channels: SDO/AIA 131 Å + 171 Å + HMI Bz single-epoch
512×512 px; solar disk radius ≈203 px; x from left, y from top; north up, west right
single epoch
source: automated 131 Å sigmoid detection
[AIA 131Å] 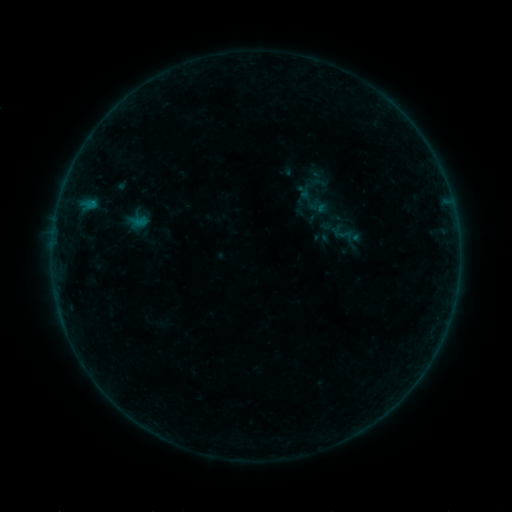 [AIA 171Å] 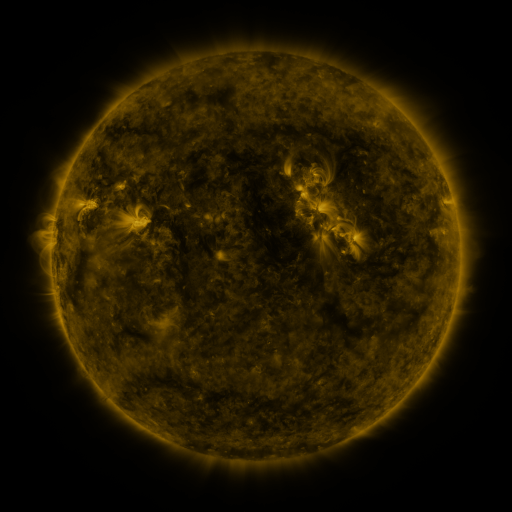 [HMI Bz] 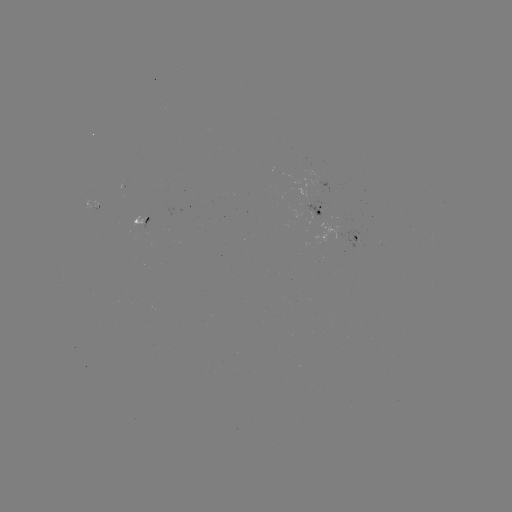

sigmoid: (309, 173, 329, 192)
